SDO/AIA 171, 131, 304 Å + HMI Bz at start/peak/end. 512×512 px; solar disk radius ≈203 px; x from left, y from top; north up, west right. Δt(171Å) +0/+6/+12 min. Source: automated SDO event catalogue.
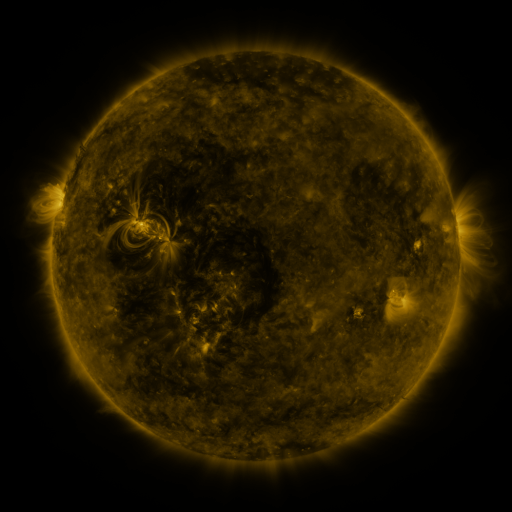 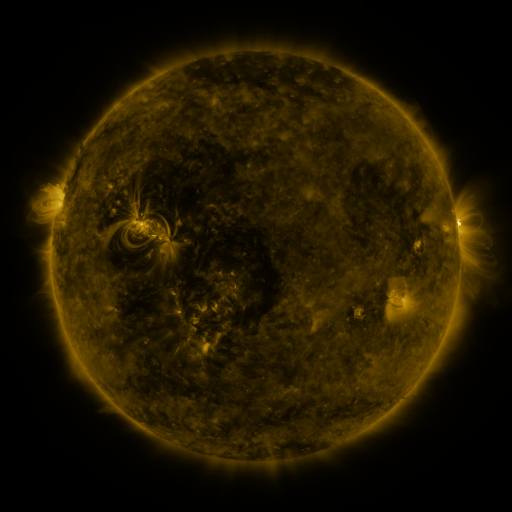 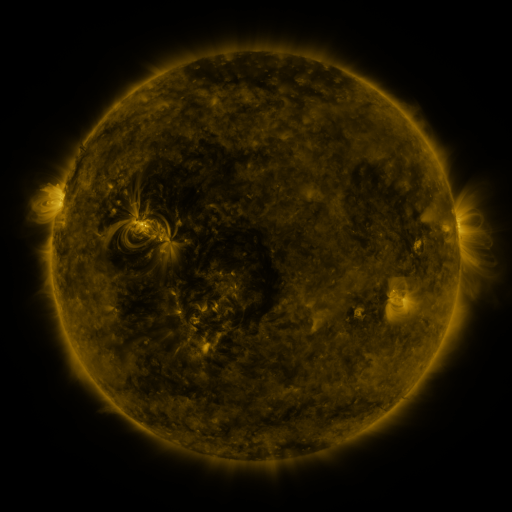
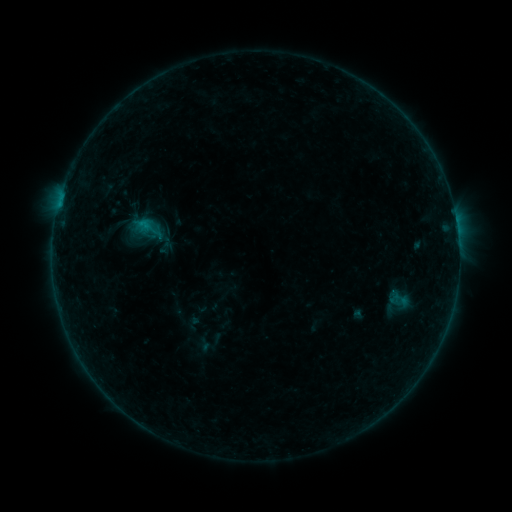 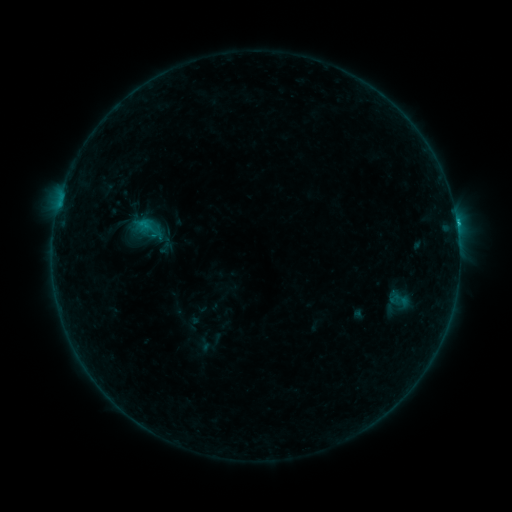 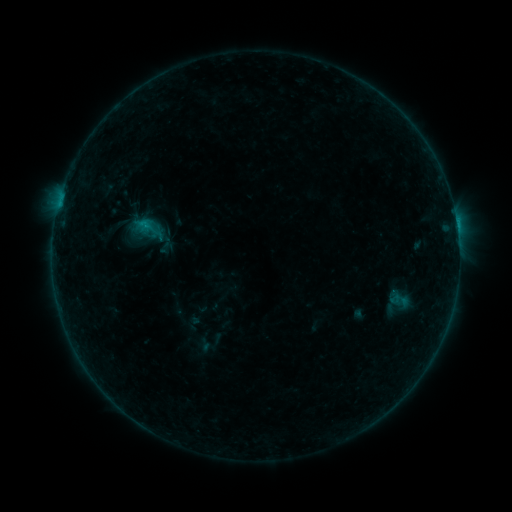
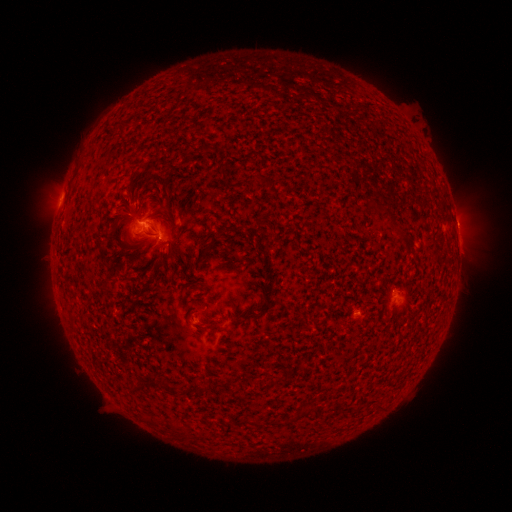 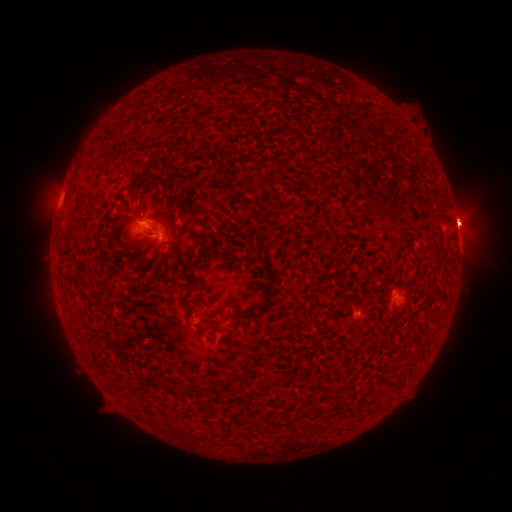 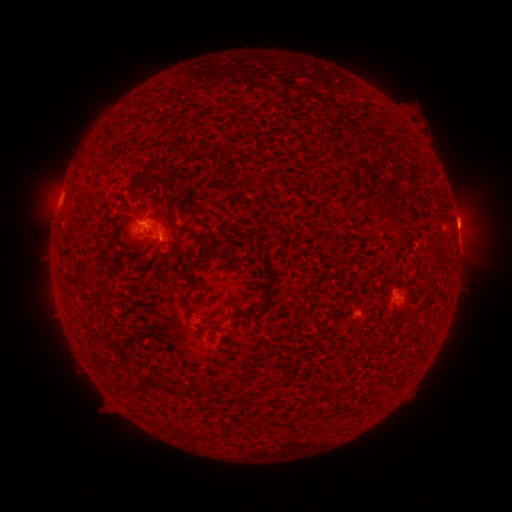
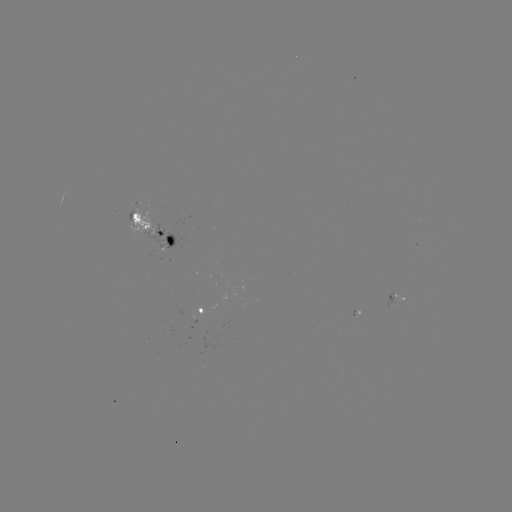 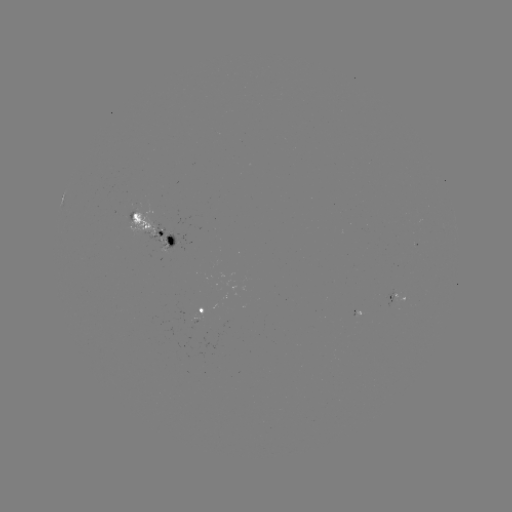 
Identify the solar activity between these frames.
B5.7 flare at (456, 224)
